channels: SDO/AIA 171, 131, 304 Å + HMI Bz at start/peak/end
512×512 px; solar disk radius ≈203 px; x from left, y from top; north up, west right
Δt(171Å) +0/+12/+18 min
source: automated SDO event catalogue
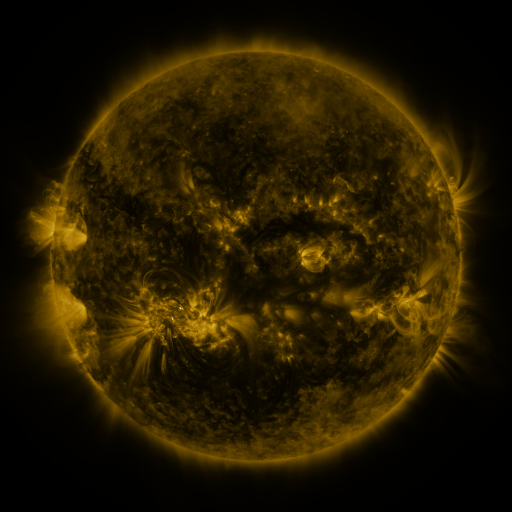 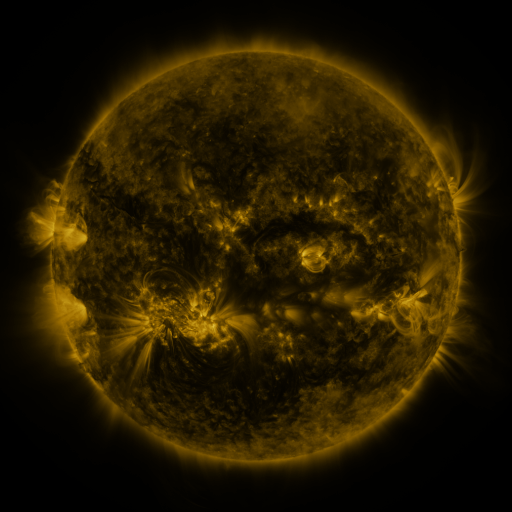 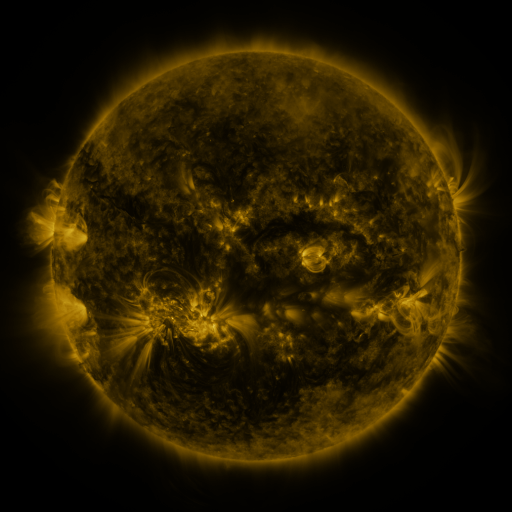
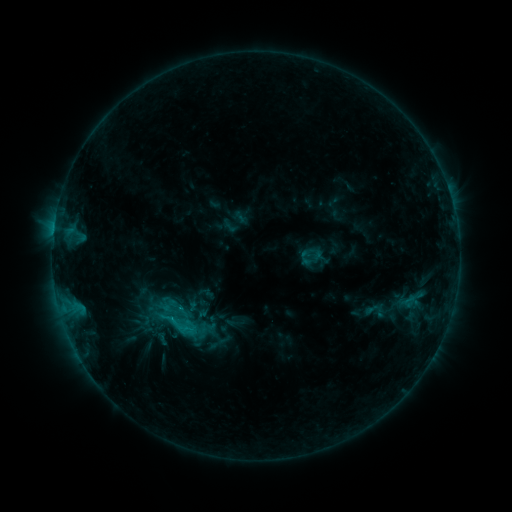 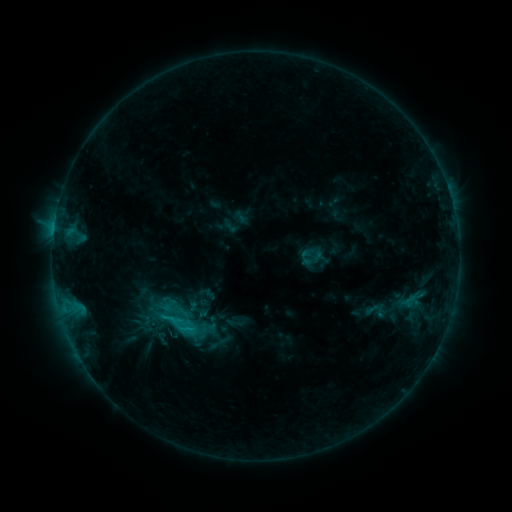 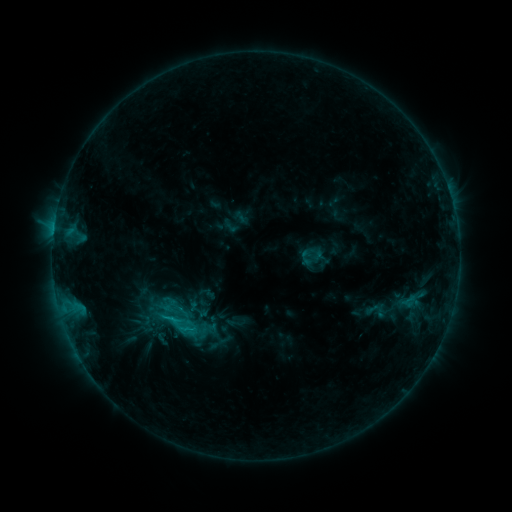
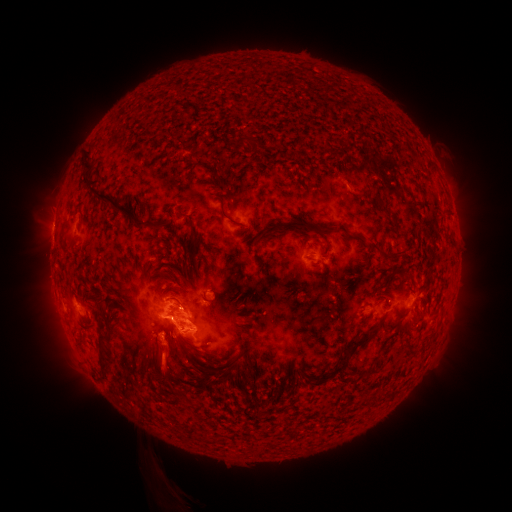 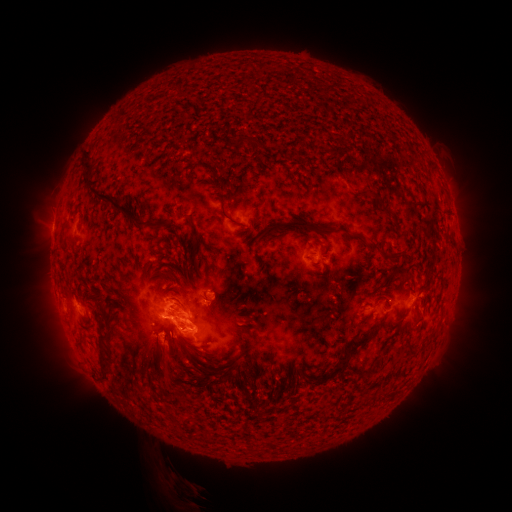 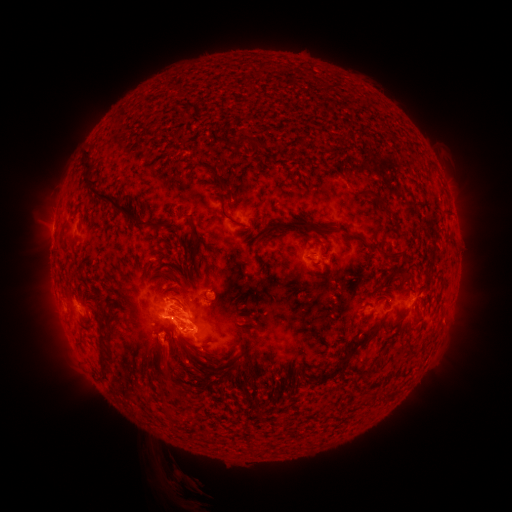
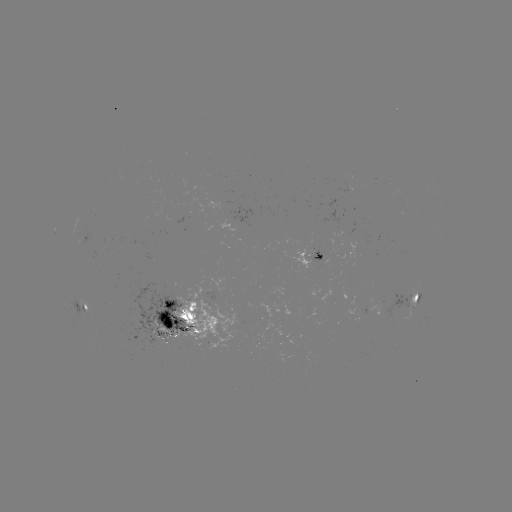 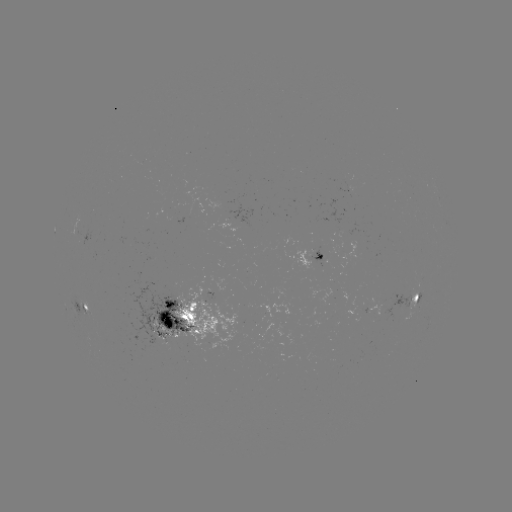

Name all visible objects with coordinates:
eruption: (190, 492)
